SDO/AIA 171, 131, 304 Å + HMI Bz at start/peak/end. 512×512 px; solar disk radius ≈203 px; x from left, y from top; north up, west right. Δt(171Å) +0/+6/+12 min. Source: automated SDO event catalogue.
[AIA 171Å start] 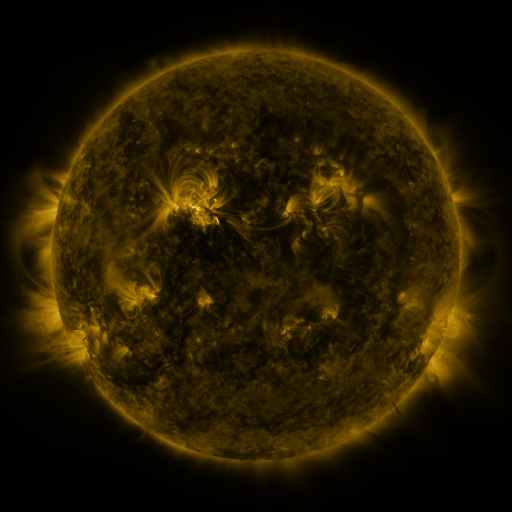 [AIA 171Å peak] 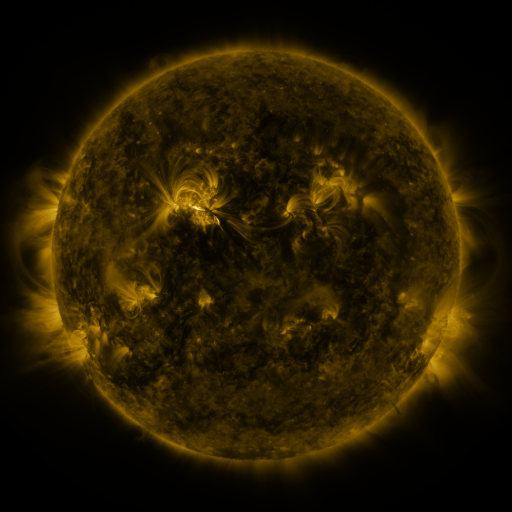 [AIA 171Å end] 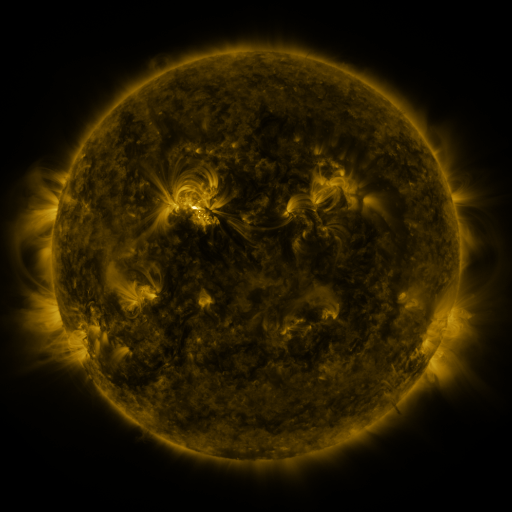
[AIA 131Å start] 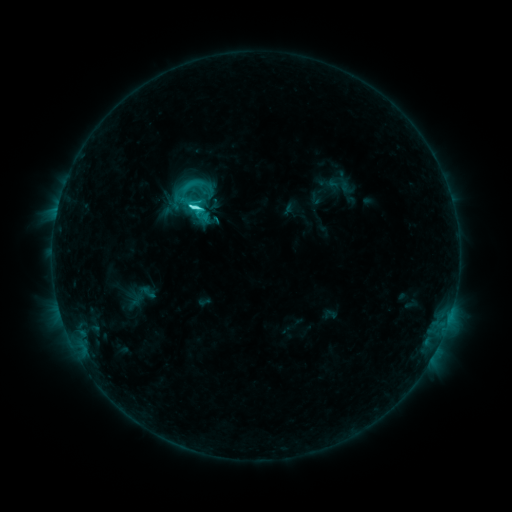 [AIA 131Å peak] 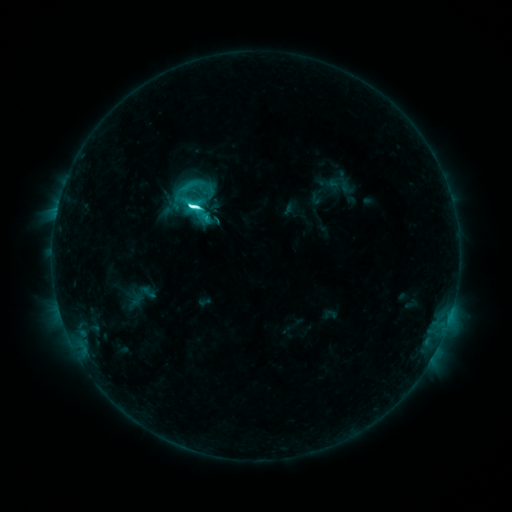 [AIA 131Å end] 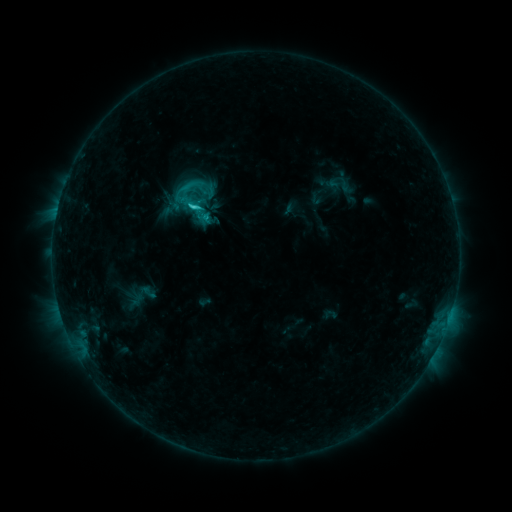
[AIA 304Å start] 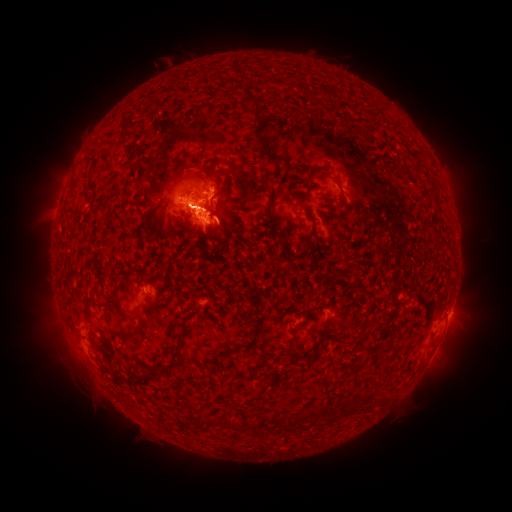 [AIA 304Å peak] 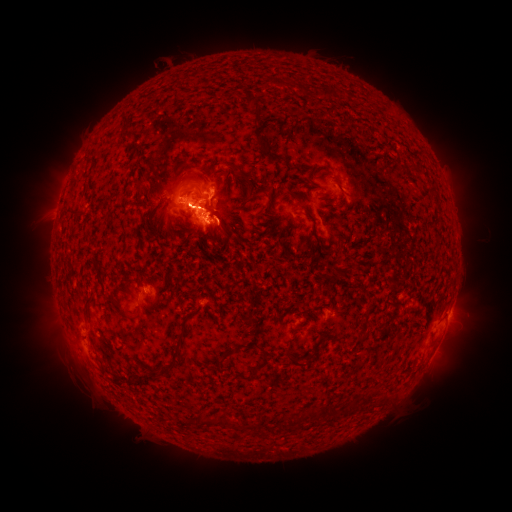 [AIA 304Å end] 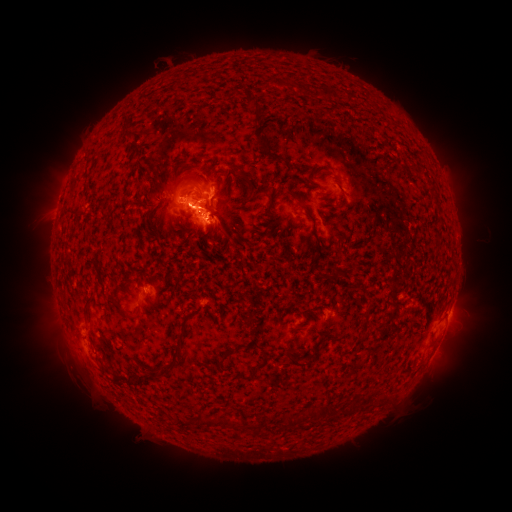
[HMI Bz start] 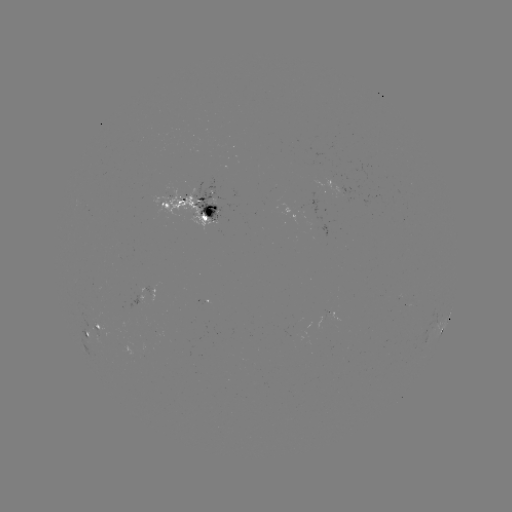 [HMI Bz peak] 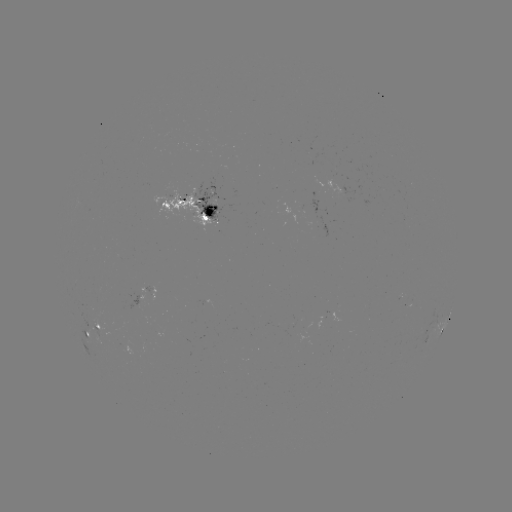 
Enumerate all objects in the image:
C8.3 flare: (200, 206)
